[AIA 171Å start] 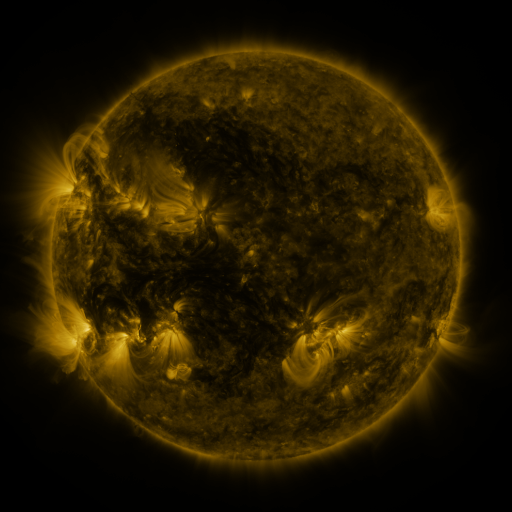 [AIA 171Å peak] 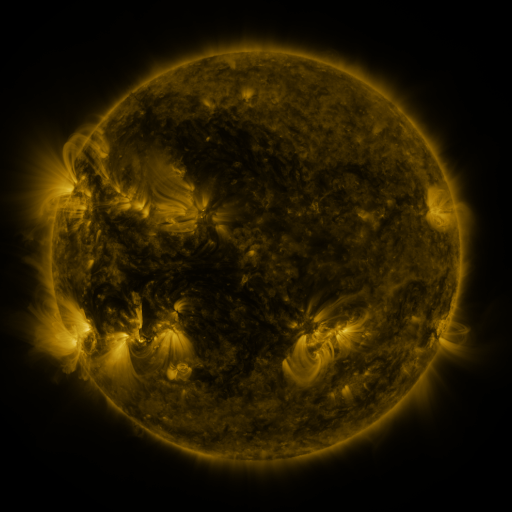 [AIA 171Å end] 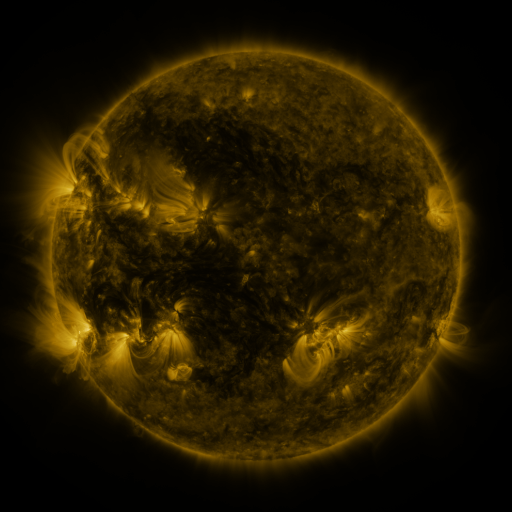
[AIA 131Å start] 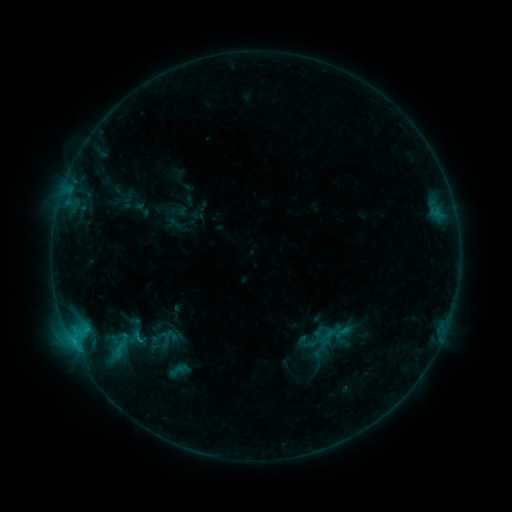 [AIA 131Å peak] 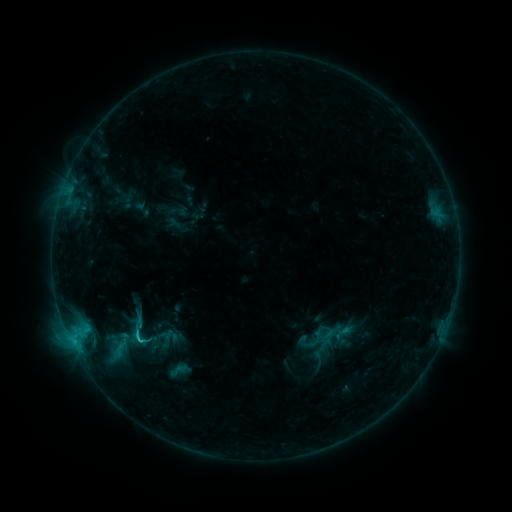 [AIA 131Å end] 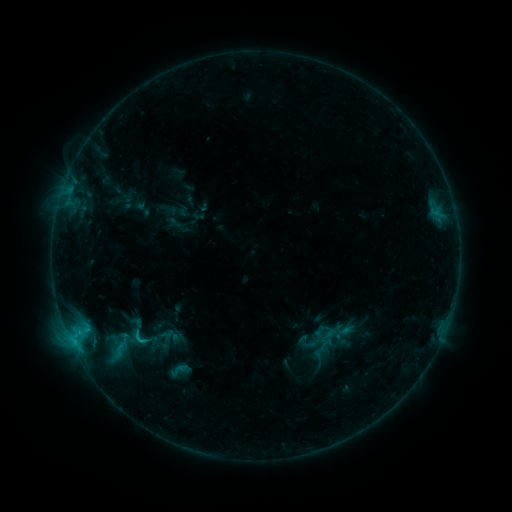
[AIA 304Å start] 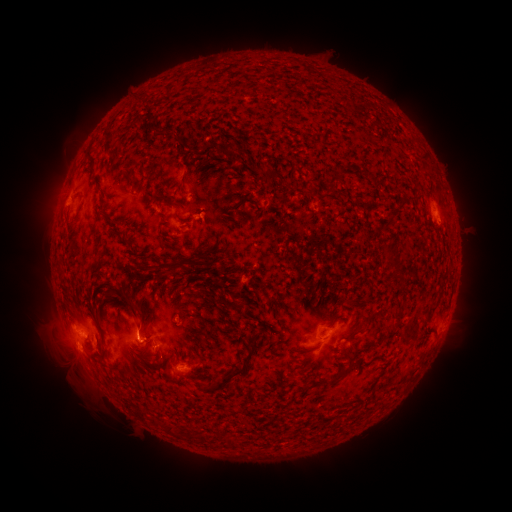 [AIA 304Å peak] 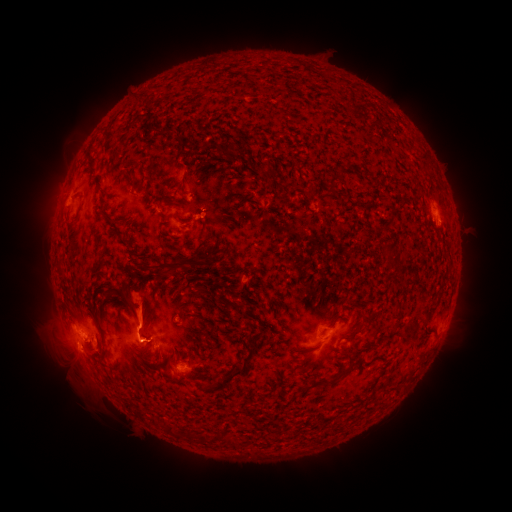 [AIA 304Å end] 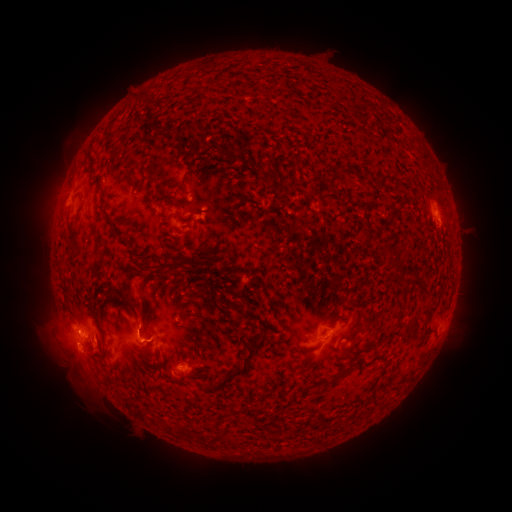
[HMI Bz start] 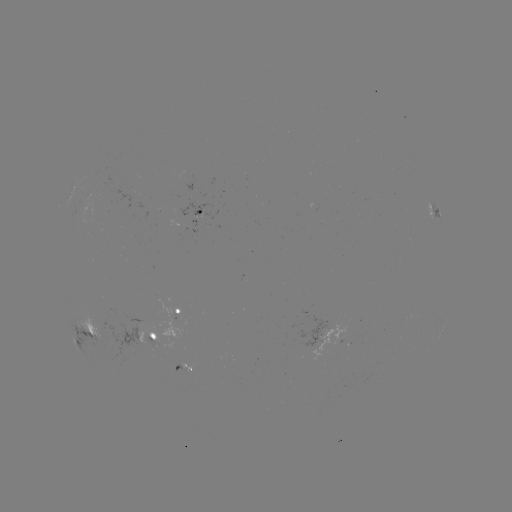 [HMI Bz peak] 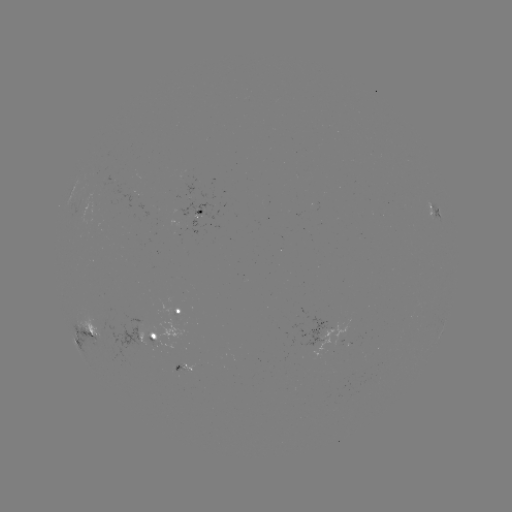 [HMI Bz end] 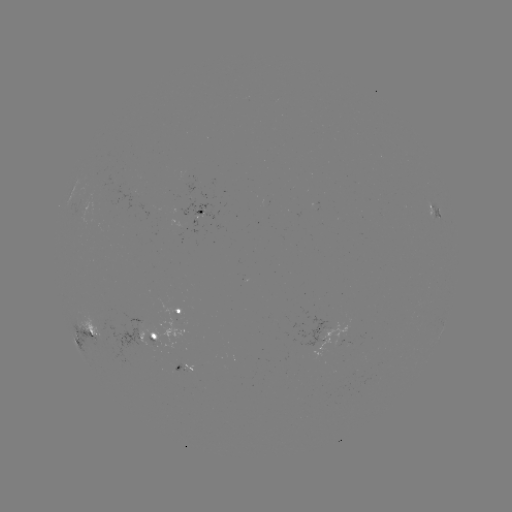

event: eruption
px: (138, 303)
